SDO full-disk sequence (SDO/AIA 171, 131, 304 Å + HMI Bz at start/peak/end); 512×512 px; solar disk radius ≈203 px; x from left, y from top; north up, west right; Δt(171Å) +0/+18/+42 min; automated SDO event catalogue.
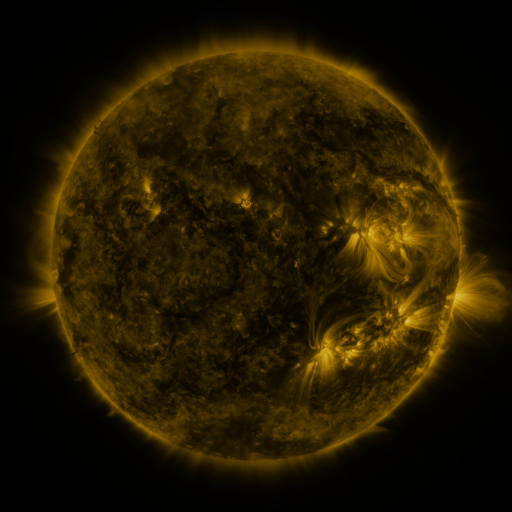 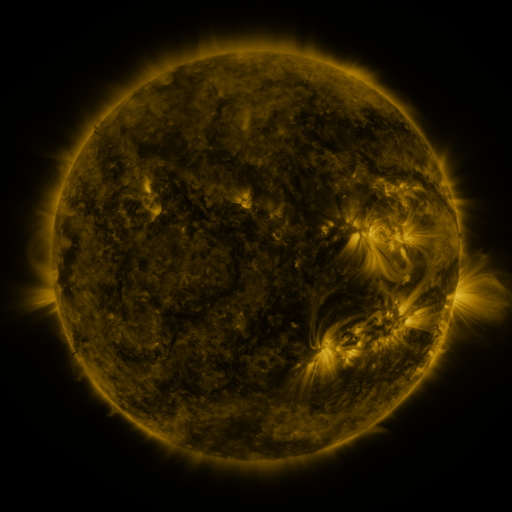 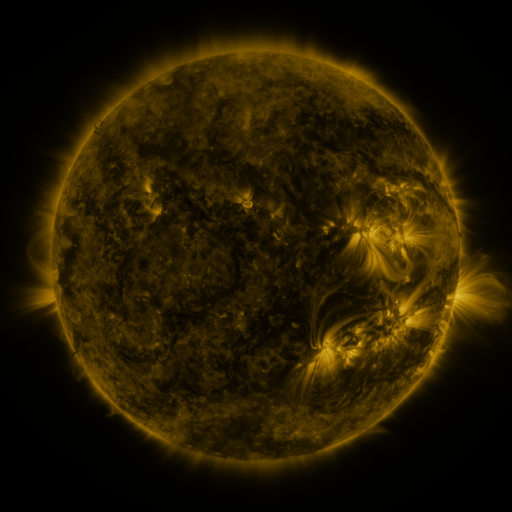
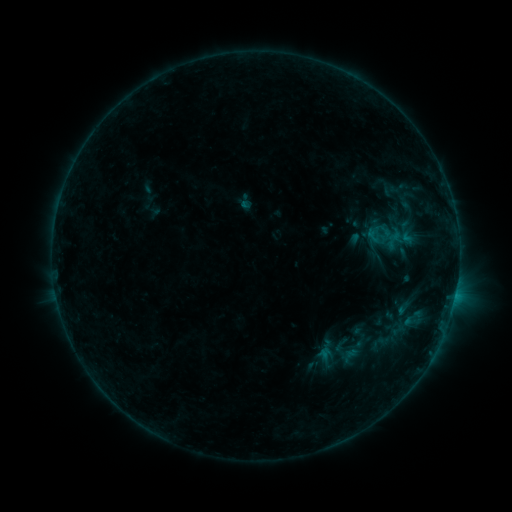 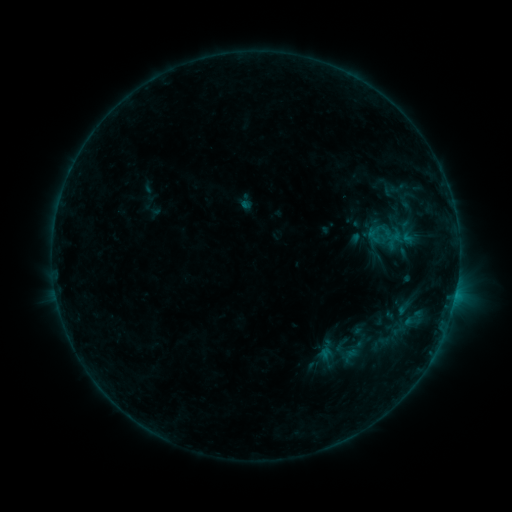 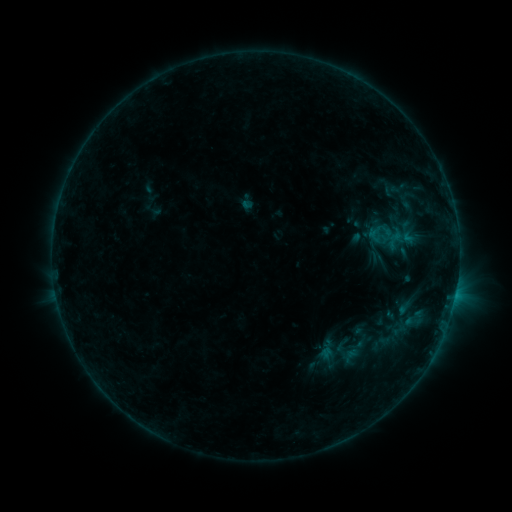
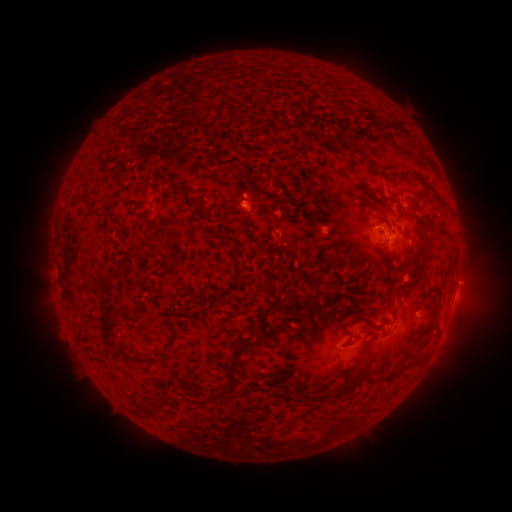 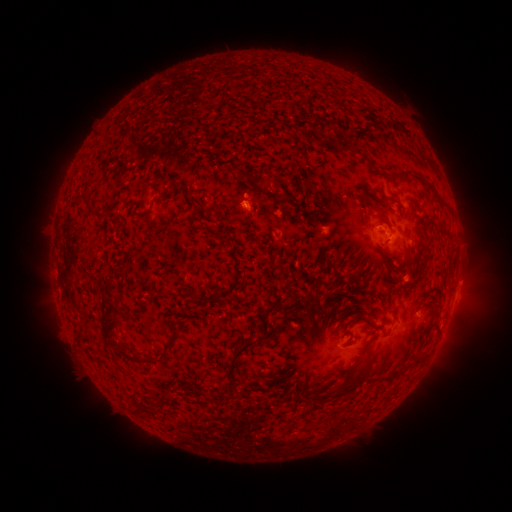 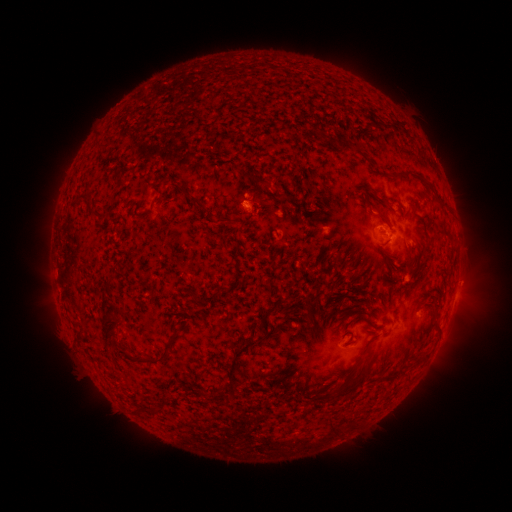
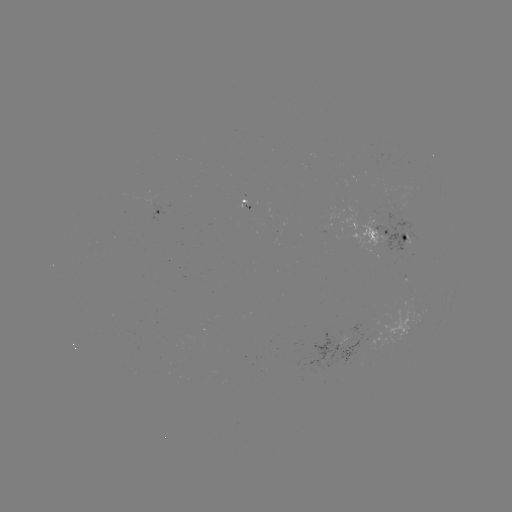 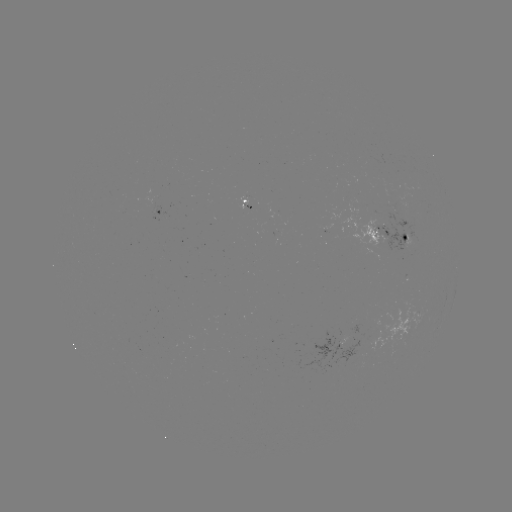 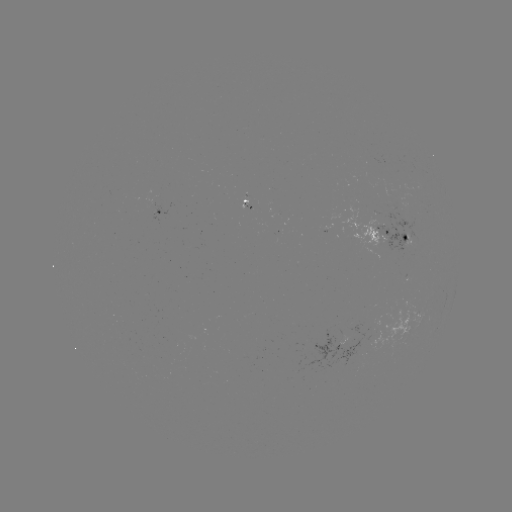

no classed flare was catalogued and no EUV brightening was flagged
